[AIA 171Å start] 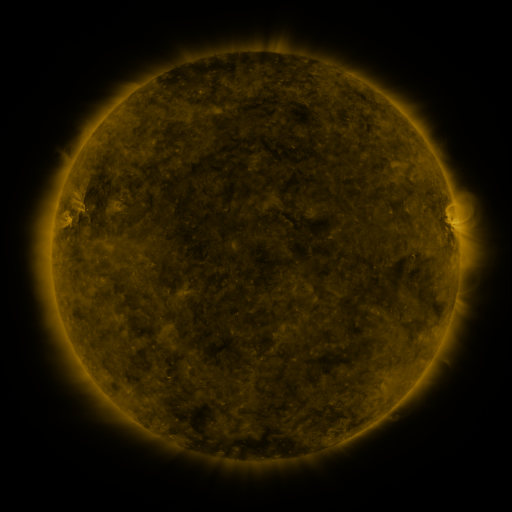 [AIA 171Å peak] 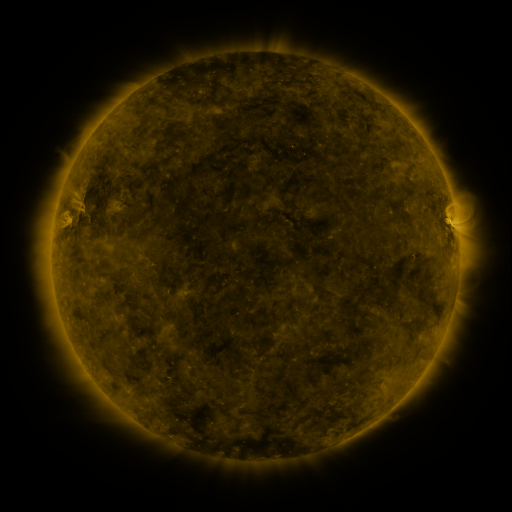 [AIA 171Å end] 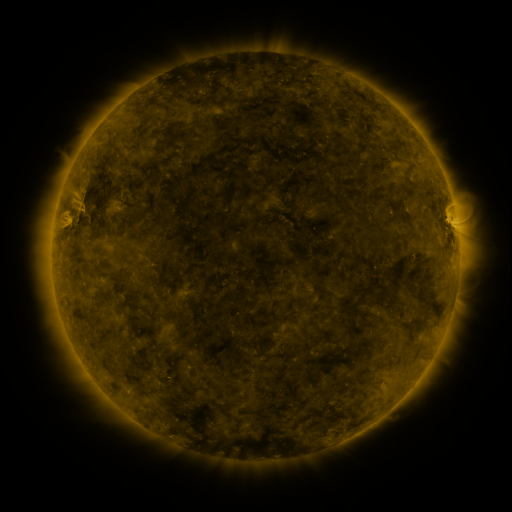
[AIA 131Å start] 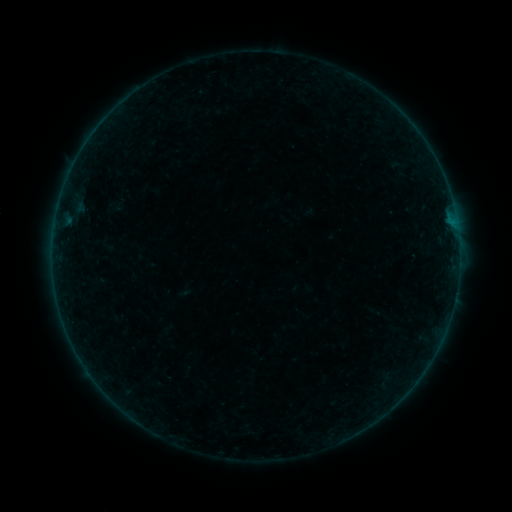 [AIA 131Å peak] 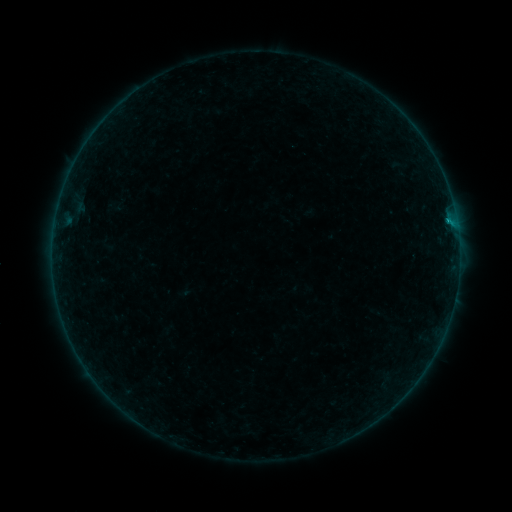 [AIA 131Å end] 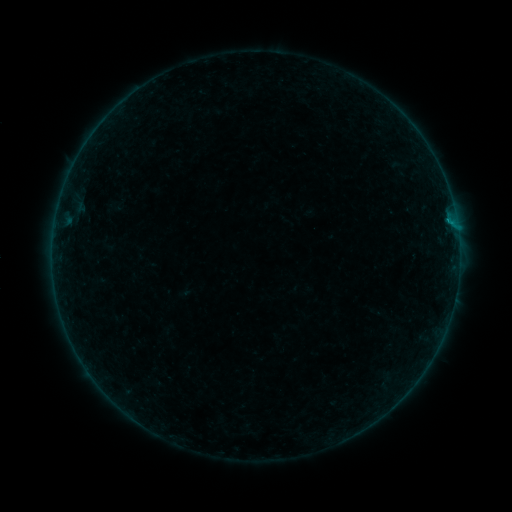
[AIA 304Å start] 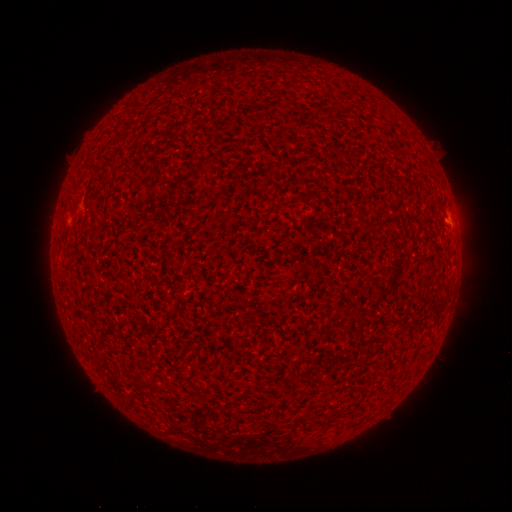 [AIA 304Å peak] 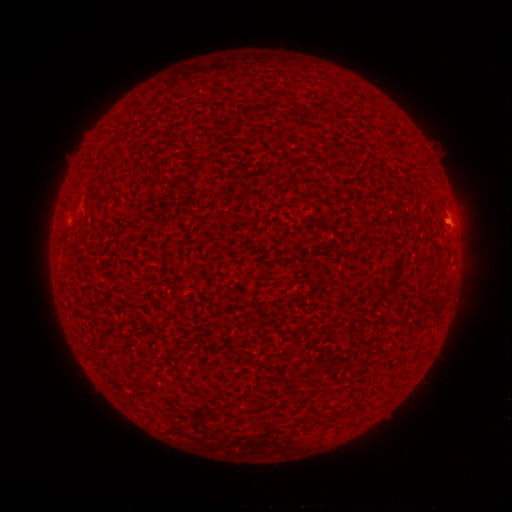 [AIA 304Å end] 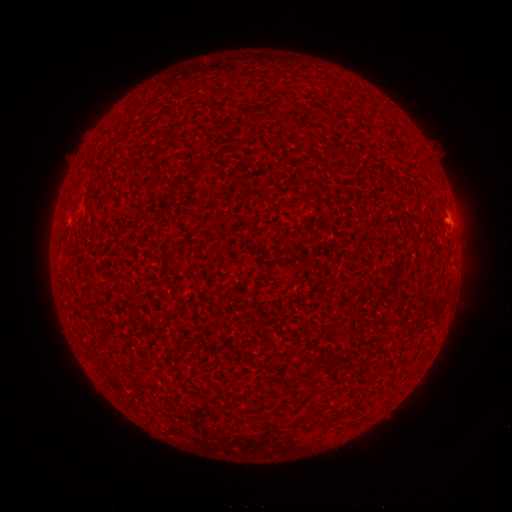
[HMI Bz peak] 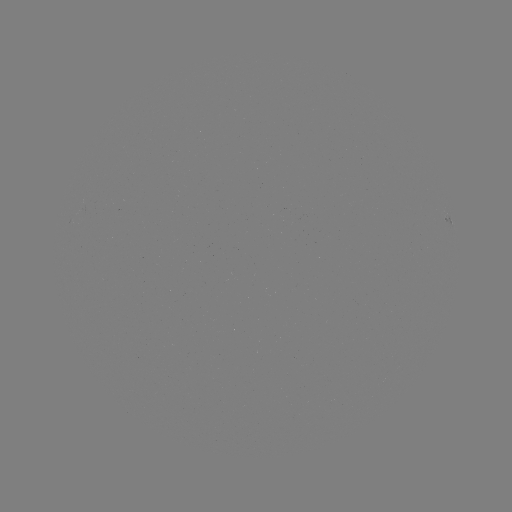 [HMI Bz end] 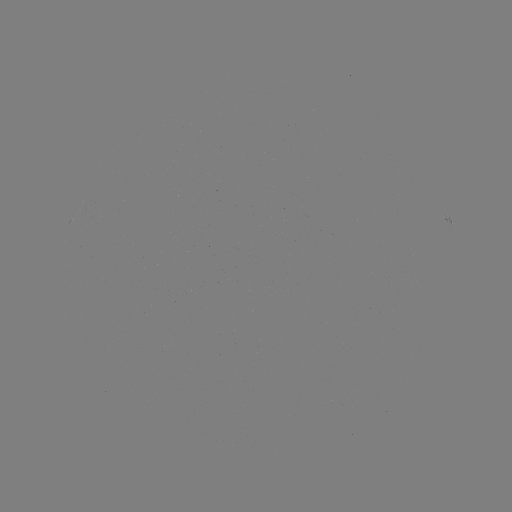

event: flare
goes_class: B3.1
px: (448, 224)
